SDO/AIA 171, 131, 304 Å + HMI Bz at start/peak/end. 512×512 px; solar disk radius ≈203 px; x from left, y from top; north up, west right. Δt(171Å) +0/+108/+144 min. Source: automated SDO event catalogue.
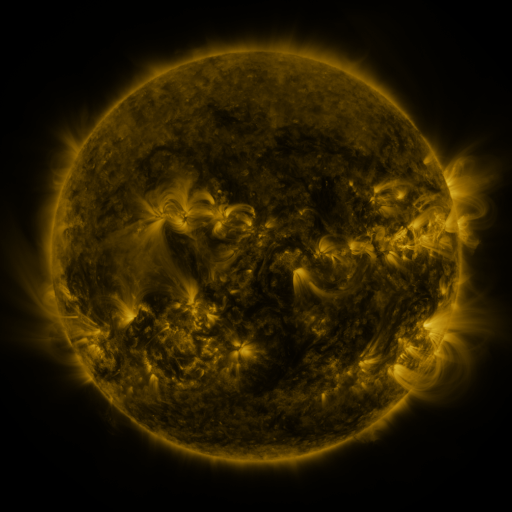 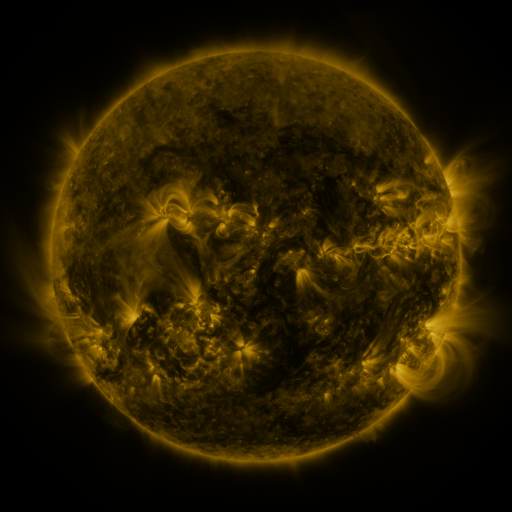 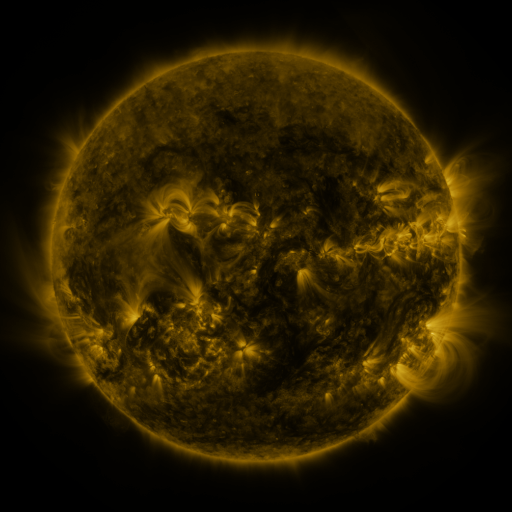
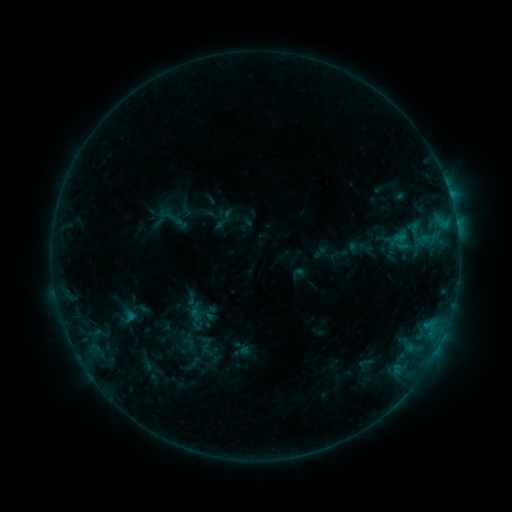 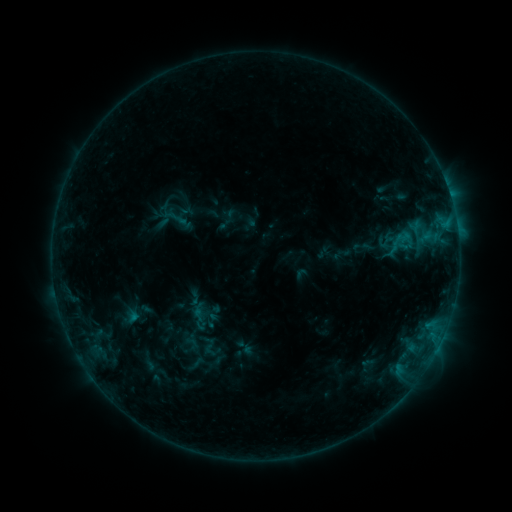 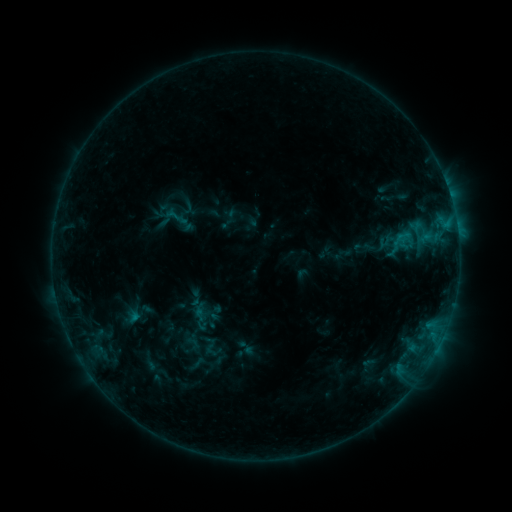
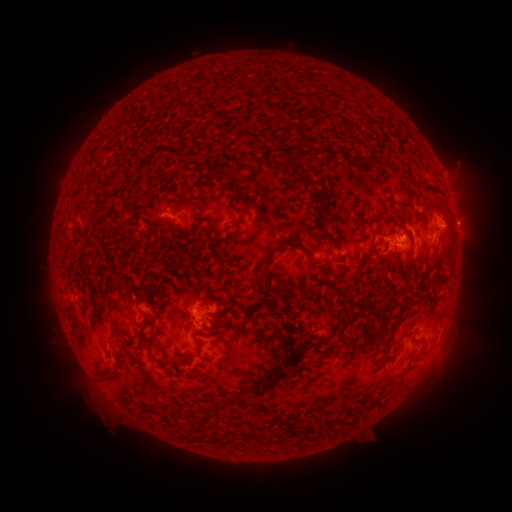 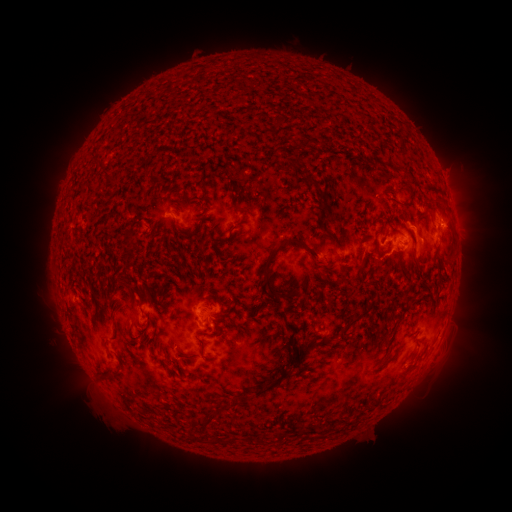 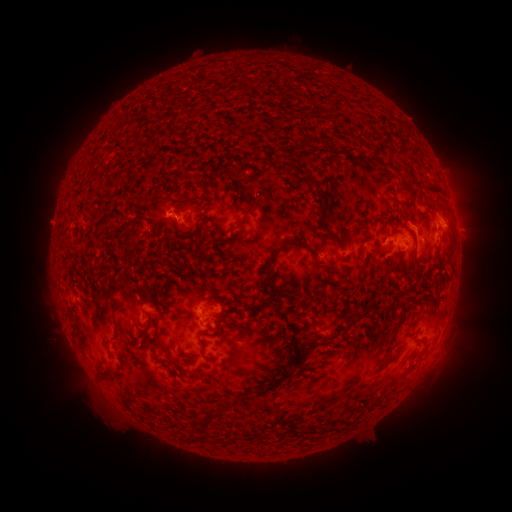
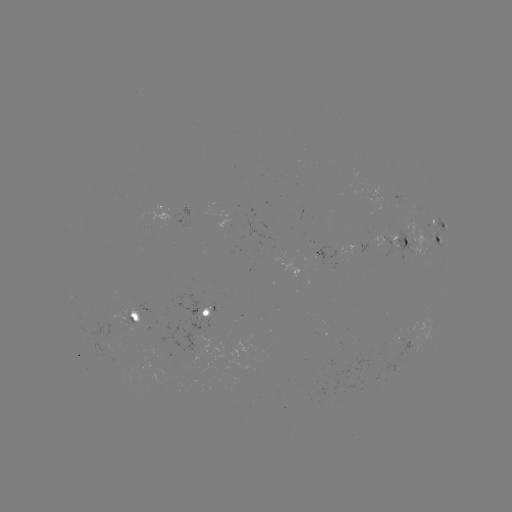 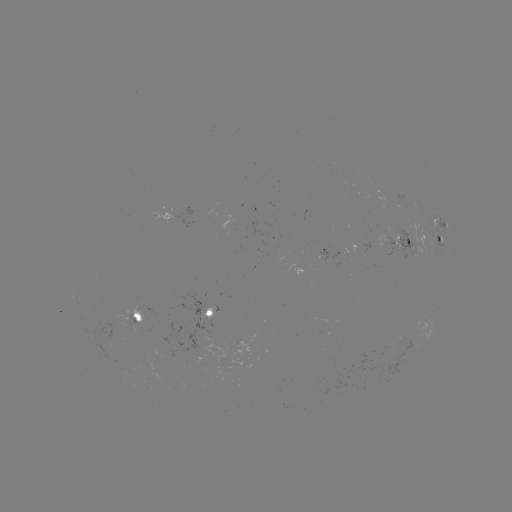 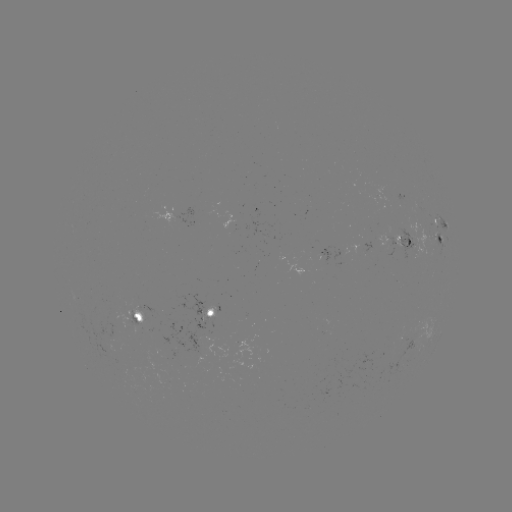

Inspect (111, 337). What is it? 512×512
emerging-flux region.